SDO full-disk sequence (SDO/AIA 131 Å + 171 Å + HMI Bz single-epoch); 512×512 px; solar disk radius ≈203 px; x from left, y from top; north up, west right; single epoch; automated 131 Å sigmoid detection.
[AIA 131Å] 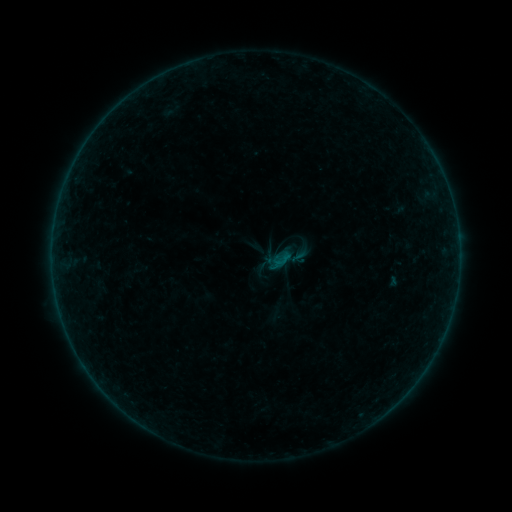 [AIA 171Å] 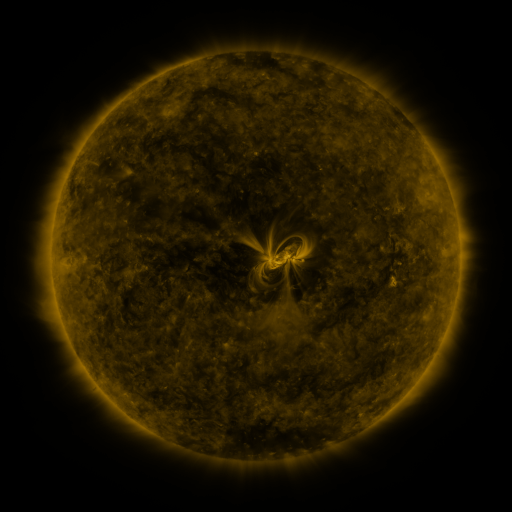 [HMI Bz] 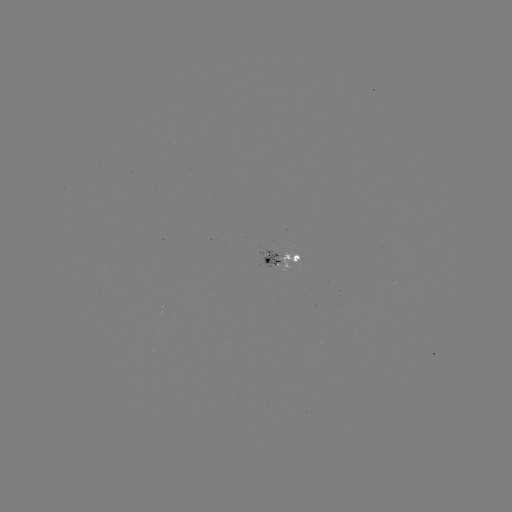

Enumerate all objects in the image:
sigmoid: (272, 252, 292, 273)
